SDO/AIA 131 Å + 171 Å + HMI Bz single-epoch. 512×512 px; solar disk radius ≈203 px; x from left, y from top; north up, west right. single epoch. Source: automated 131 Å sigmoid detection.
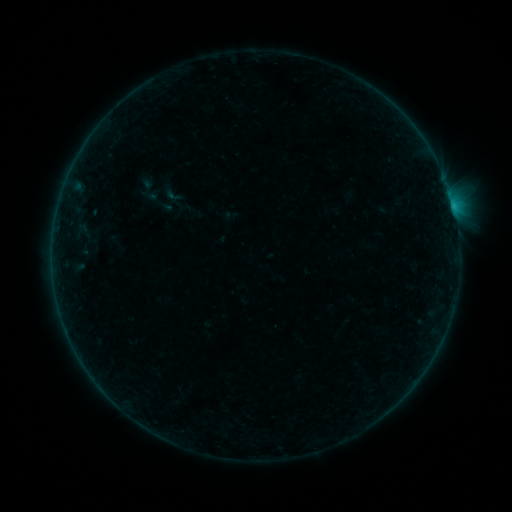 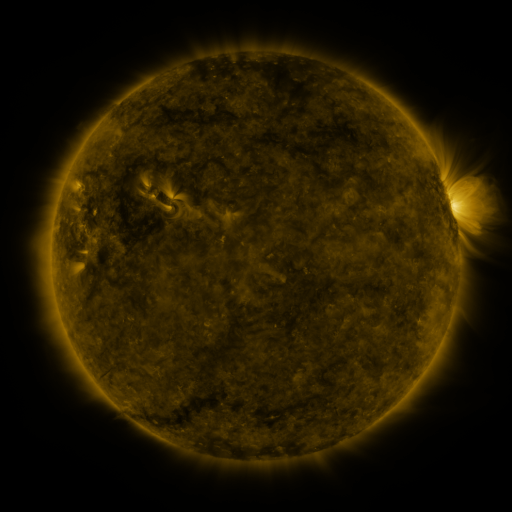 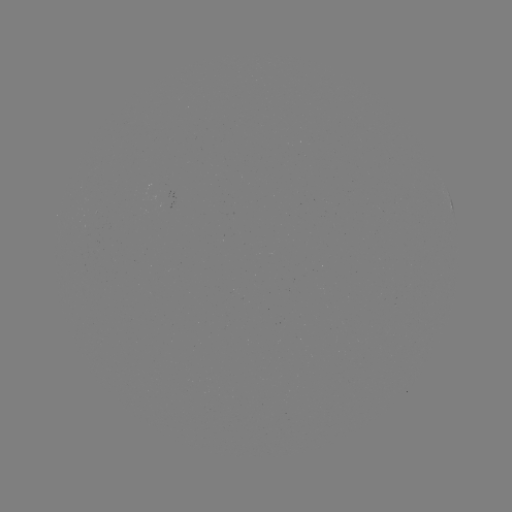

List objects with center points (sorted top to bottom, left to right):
sigmoid: [142, 185, 175, 218]
